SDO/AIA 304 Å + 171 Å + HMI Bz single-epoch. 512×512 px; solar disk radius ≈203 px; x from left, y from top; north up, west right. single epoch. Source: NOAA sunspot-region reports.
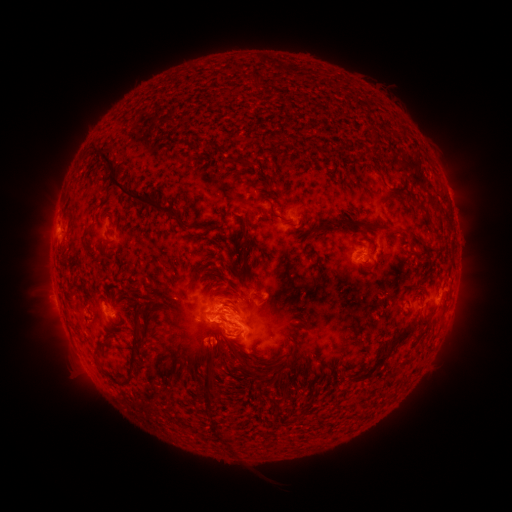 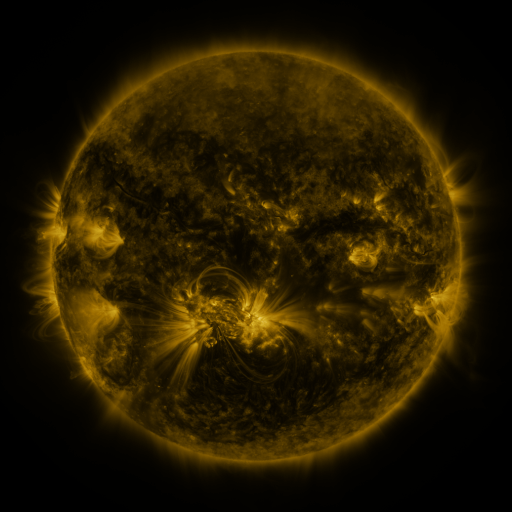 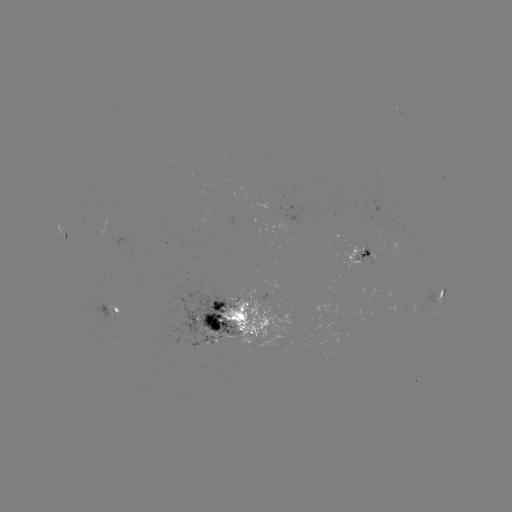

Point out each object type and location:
spotted active region: (66, 234)
spotted active region: (360, 254)
spotted active region: (440, 298)
spotted active region: (109, 307)
spotted active region: (235, 316)
